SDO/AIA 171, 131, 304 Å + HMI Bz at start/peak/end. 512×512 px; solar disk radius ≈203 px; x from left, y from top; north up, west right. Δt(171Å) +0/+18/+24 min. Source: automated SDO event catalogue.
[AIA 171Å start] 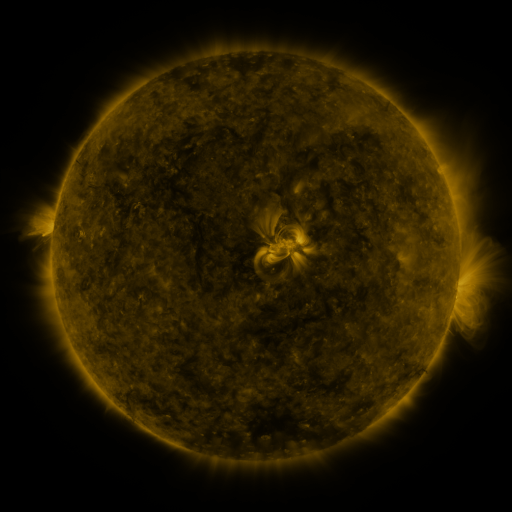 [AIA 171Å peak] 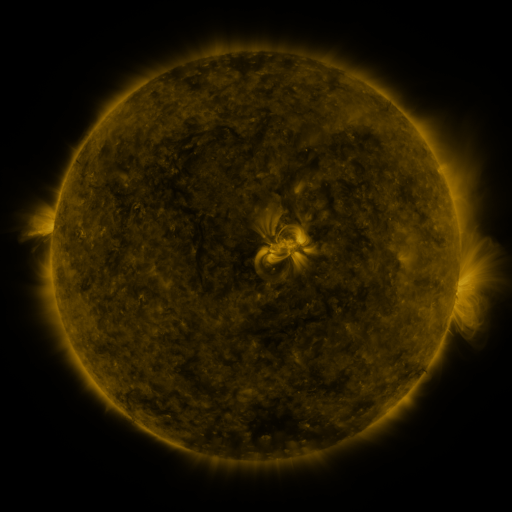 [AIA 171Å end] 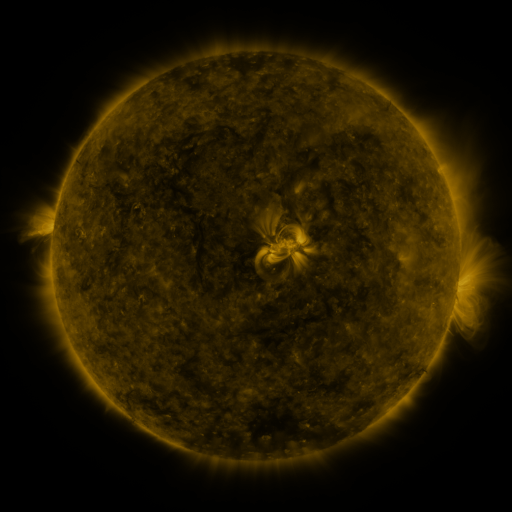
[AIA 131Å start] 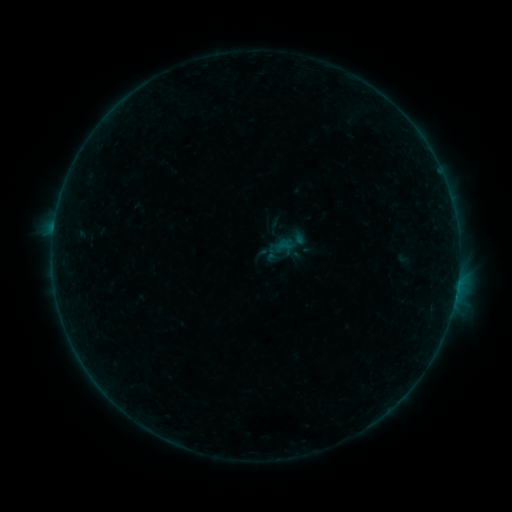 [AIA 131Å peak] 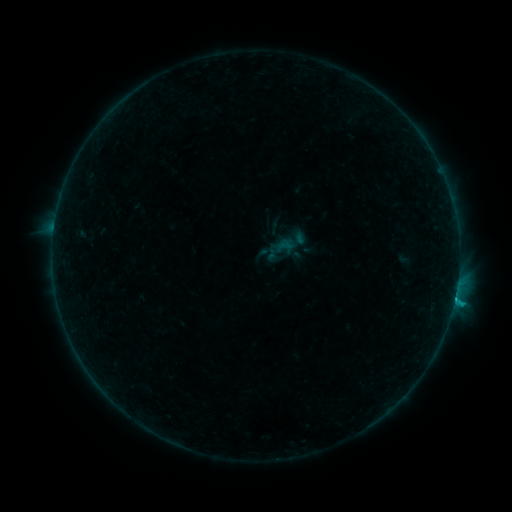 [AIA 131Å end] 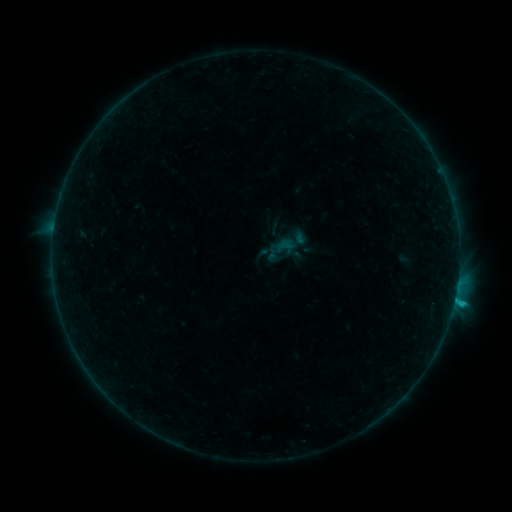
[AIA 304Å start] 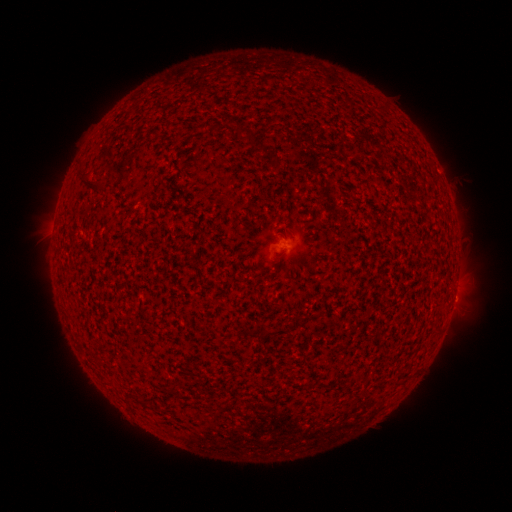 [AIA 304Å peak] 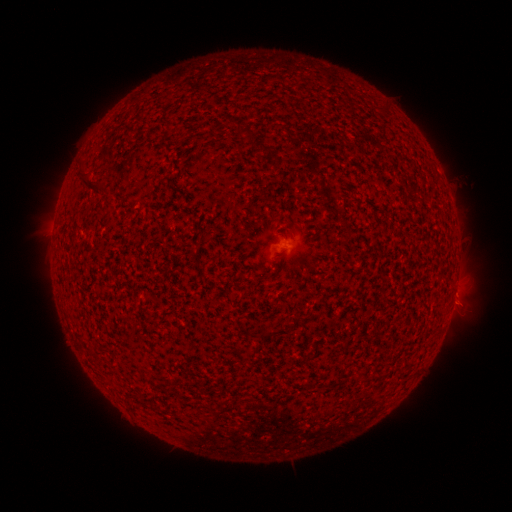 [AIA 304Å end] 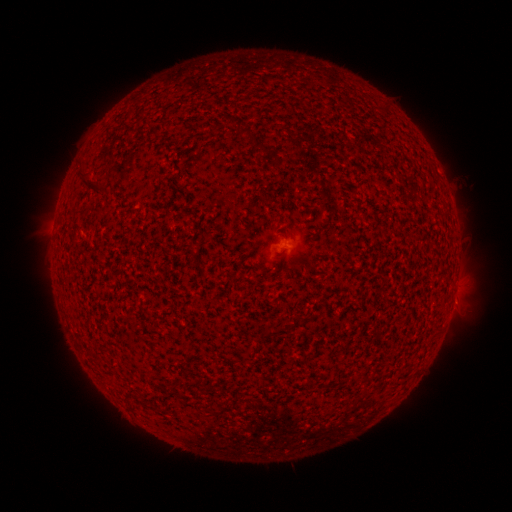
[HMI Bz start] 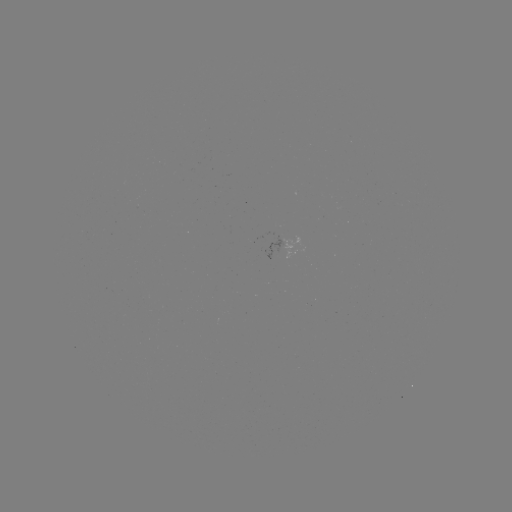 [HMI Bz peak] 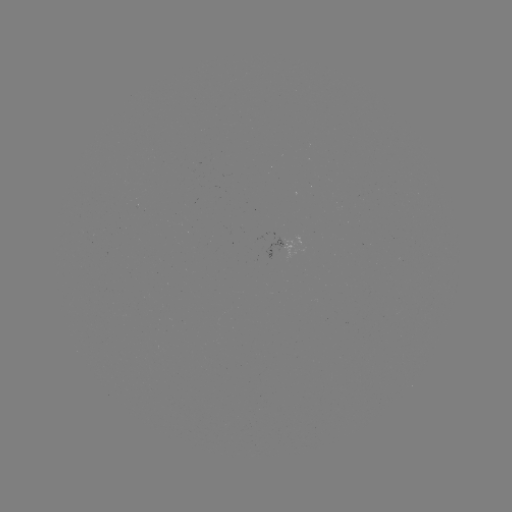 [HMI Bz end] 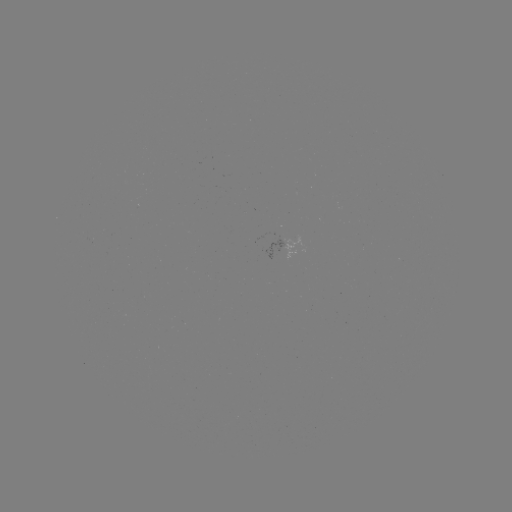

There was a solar flare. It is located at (454, 297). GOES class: C1.2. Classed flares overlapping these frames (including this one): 1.